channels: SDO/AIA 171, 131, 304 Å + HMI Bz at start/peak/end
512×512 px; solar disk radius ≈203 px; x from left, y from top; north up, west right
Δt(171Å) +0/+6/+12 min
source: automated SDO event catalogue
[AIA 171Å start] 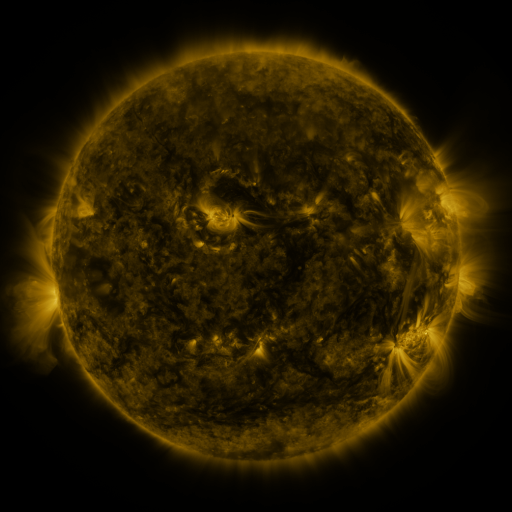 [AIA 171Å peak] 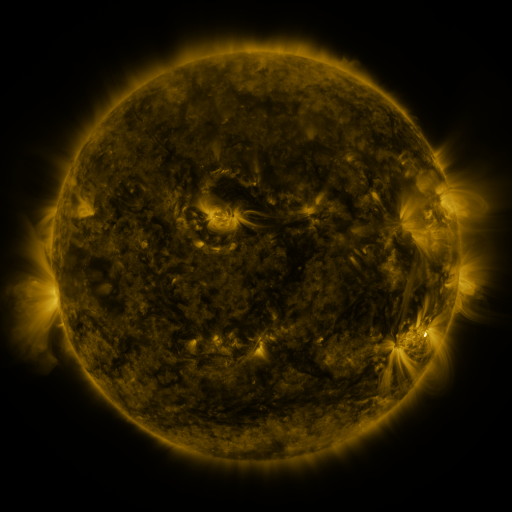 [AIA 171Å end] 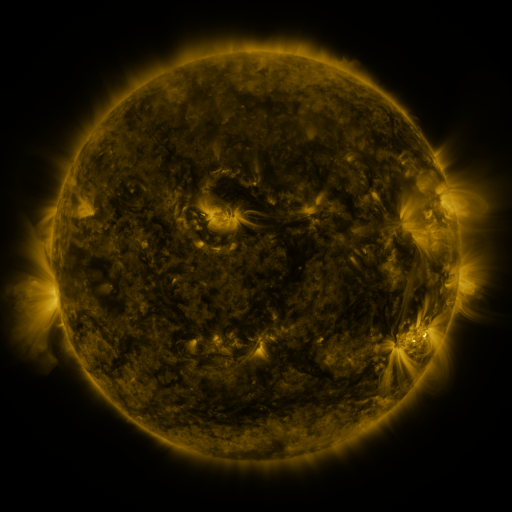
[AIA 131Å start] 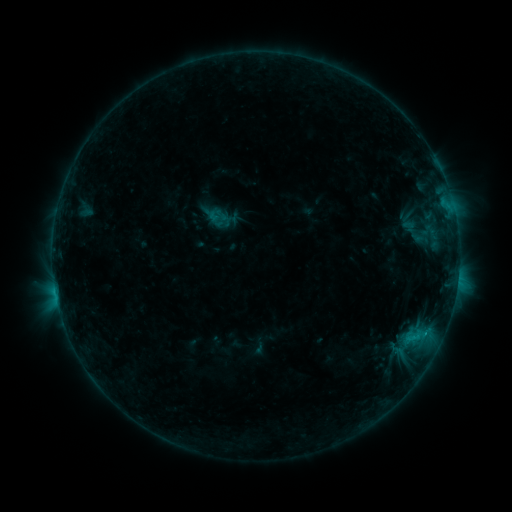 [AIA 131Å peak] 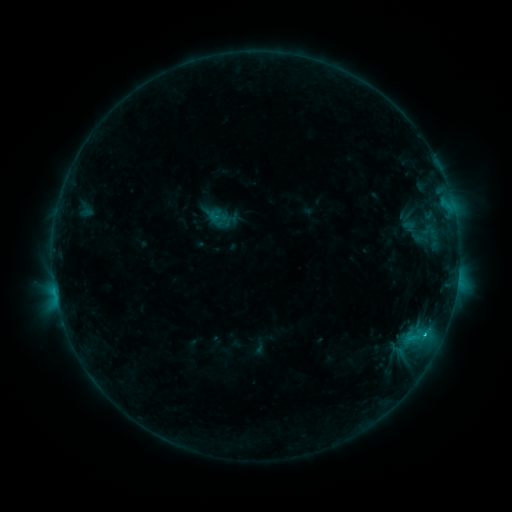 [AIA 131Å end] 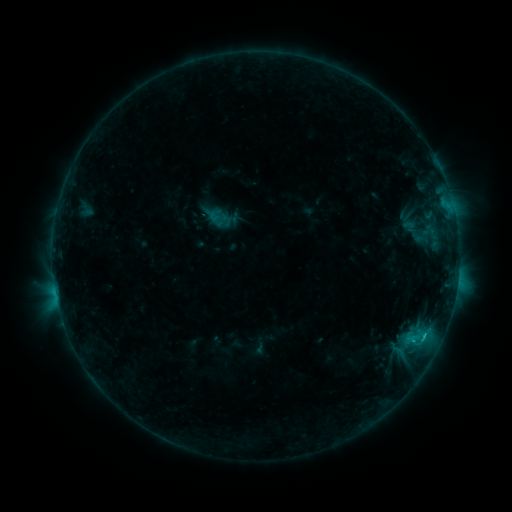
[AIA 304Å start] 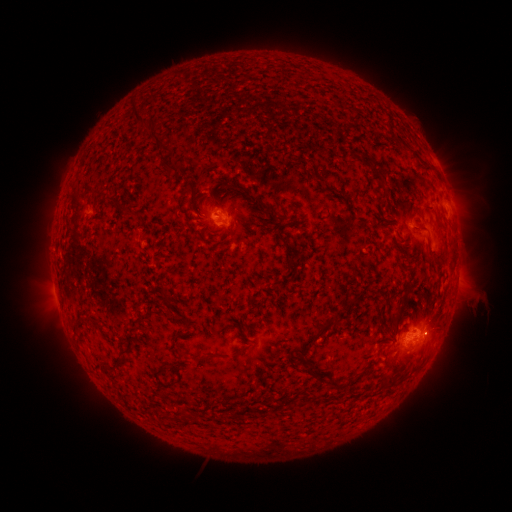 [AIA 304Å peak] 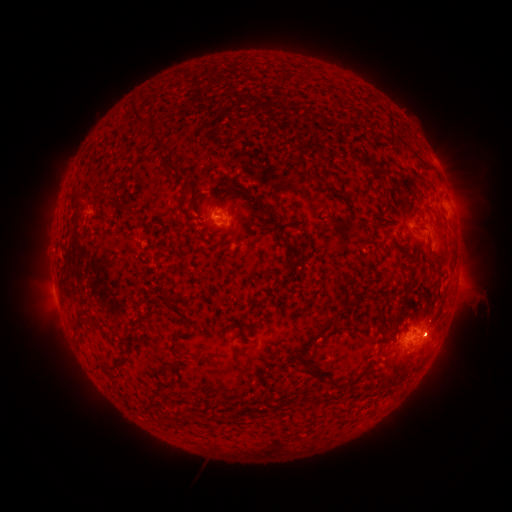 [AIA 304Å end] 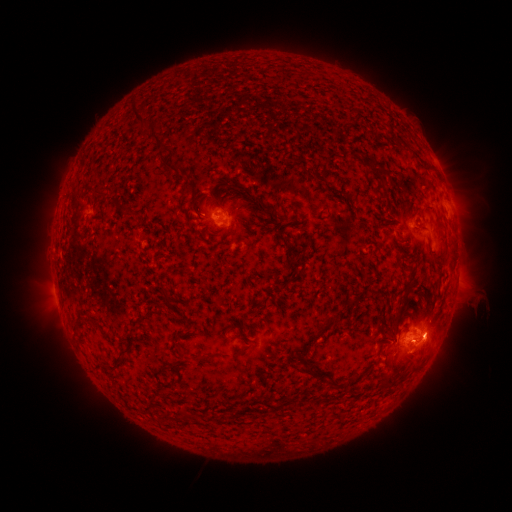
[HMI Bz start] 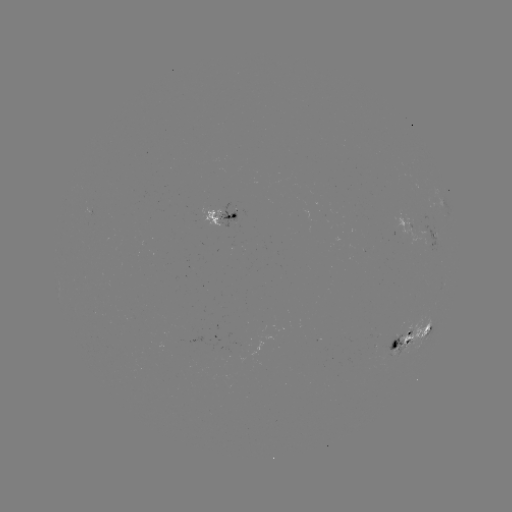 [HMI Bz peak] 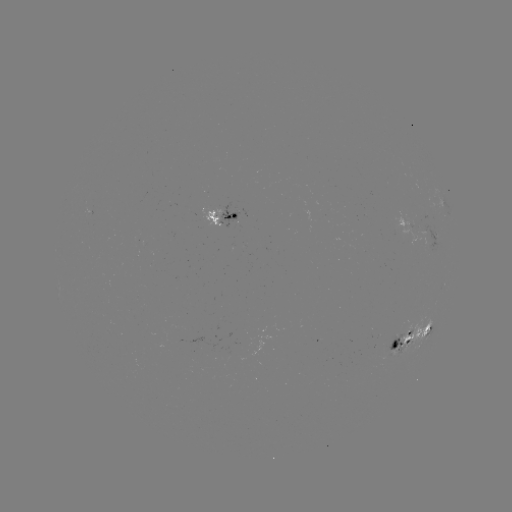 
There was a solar flare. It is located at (424, 332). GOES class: C1.7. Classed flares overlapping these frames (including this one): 1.